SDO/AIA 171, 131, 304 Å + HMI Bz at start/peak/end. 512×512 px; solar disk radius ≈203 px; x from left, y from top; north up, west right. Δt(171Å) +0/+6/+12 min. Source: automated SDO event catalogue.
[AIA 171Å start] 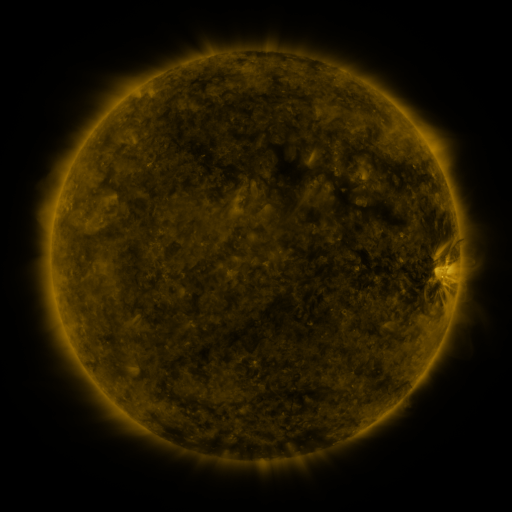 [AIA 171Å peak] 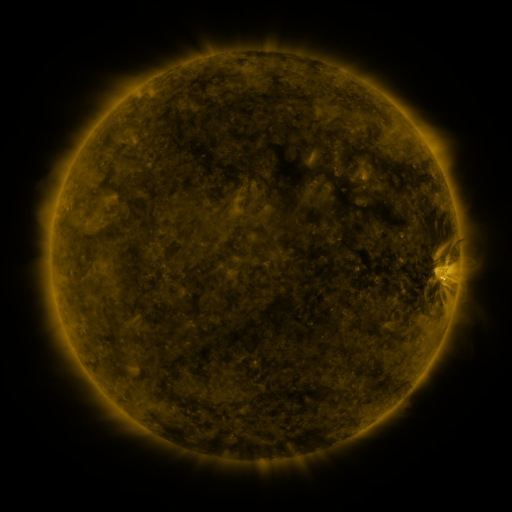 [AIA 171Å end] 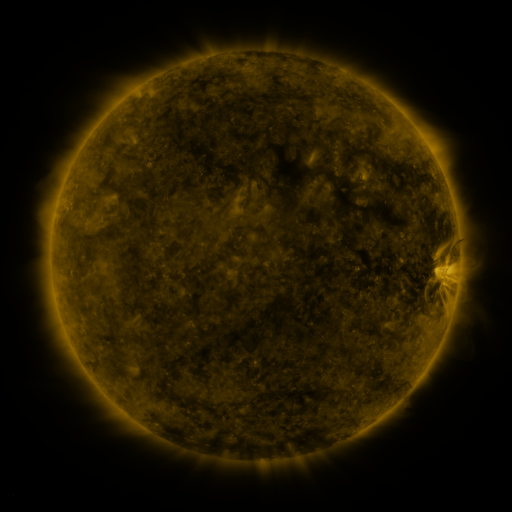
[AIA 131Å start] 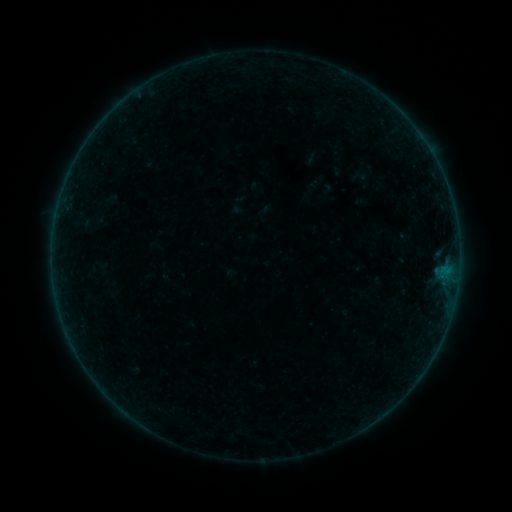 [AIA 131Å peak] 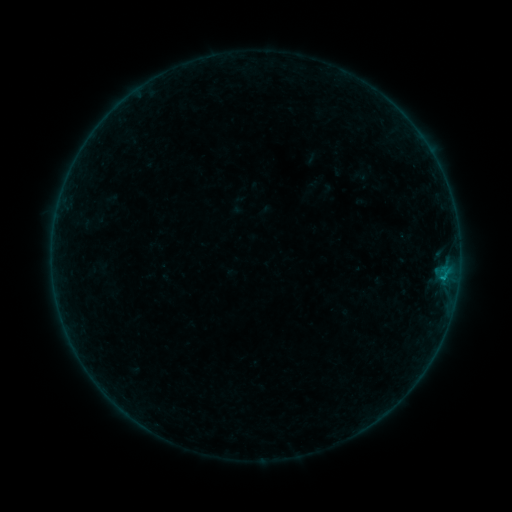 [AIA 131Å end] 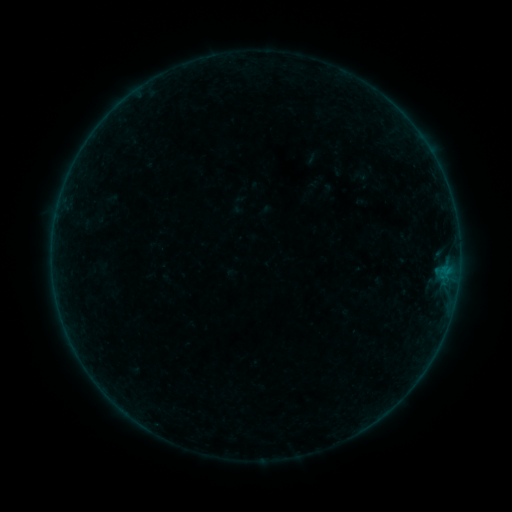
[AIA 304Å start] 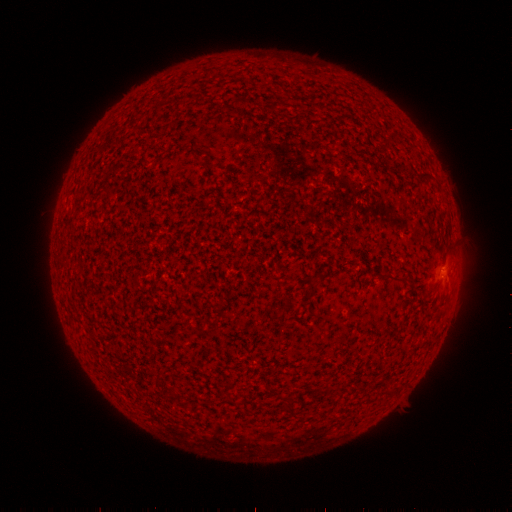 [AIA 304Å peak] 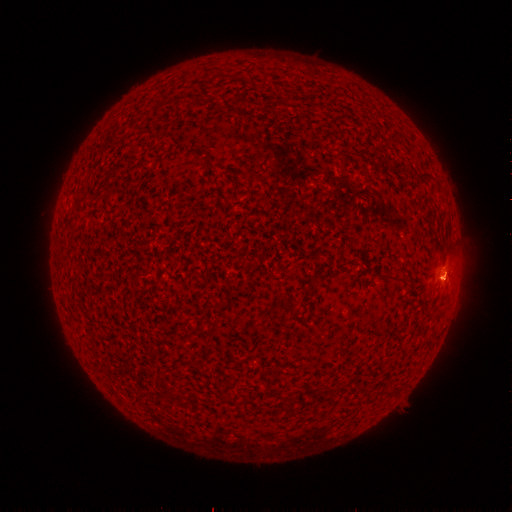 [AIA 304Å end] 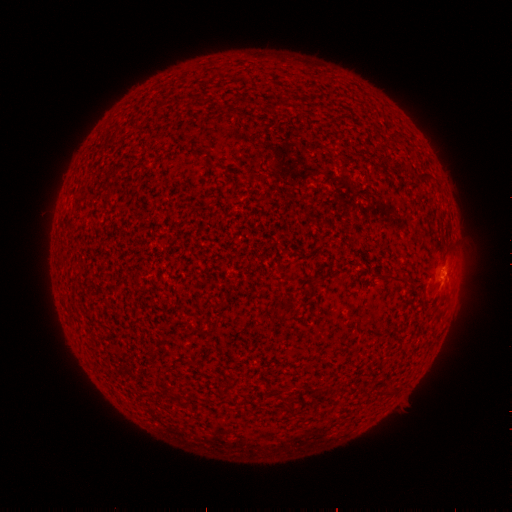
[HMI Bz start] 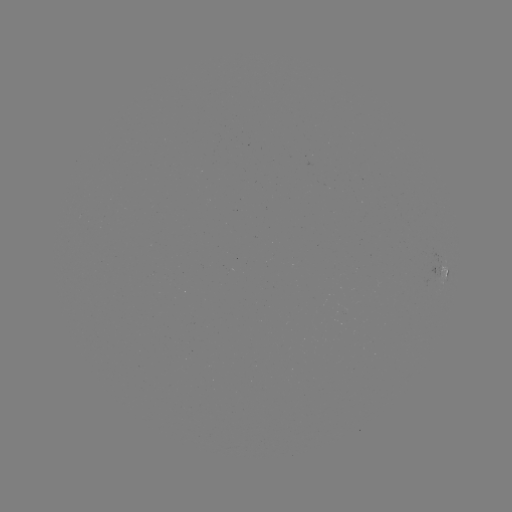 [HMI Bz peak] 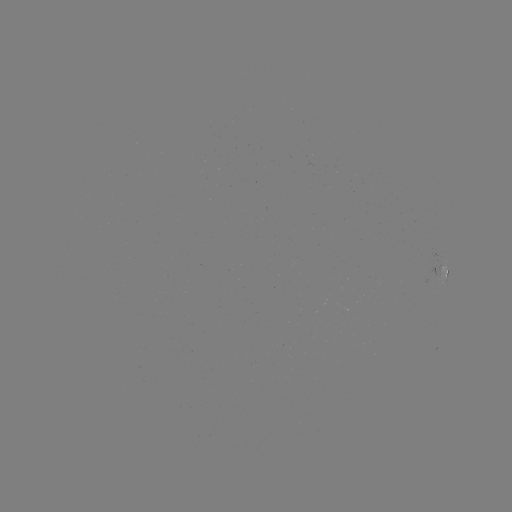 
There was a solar flare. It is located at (444, 275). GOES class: B1.2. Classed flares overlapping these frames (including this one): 1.